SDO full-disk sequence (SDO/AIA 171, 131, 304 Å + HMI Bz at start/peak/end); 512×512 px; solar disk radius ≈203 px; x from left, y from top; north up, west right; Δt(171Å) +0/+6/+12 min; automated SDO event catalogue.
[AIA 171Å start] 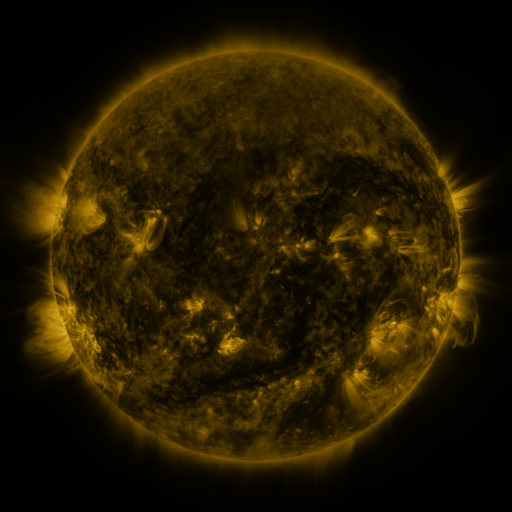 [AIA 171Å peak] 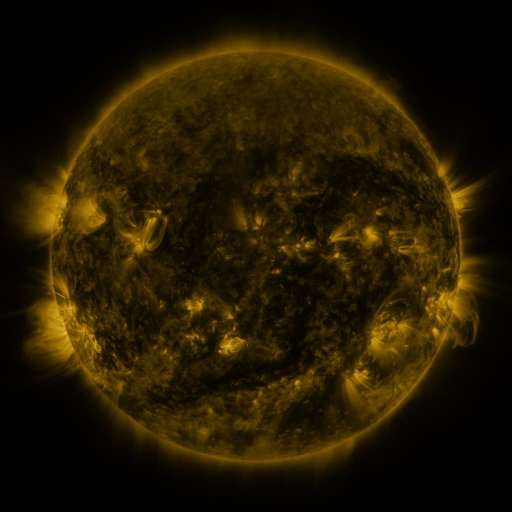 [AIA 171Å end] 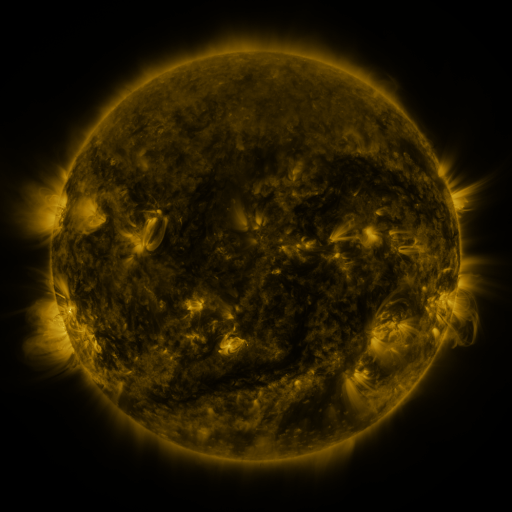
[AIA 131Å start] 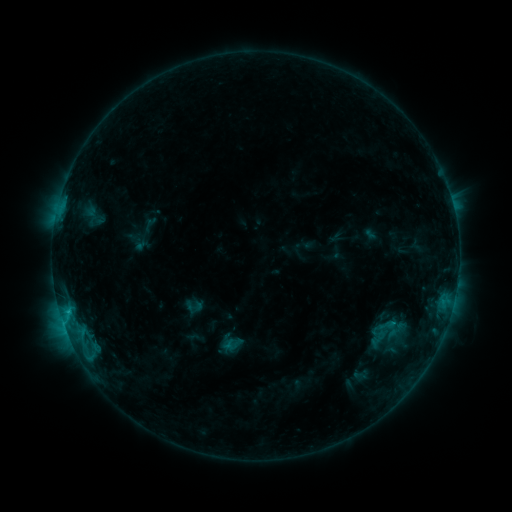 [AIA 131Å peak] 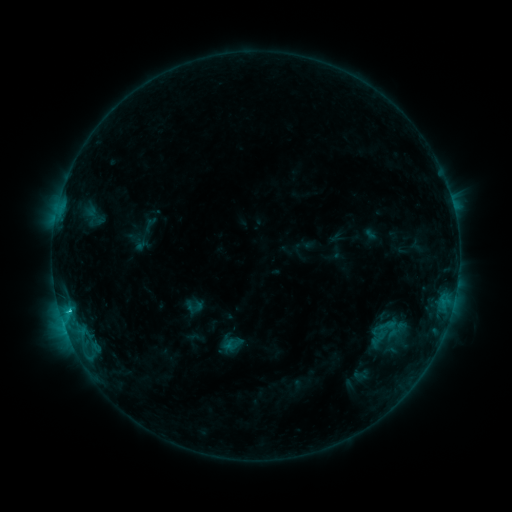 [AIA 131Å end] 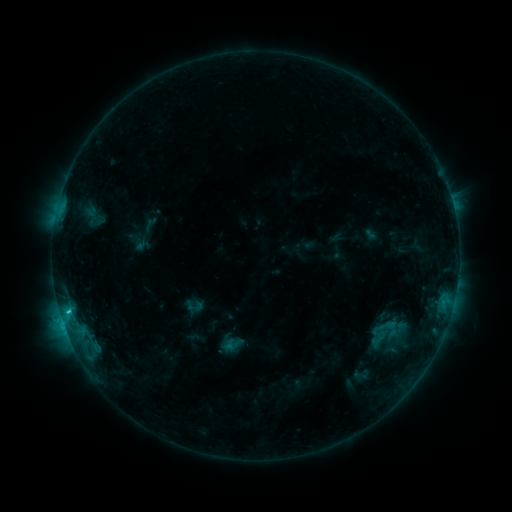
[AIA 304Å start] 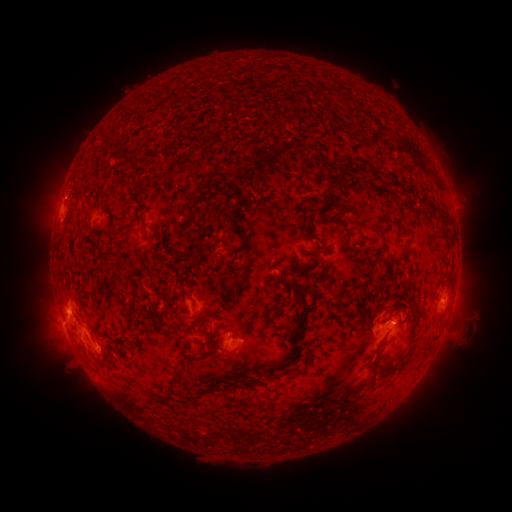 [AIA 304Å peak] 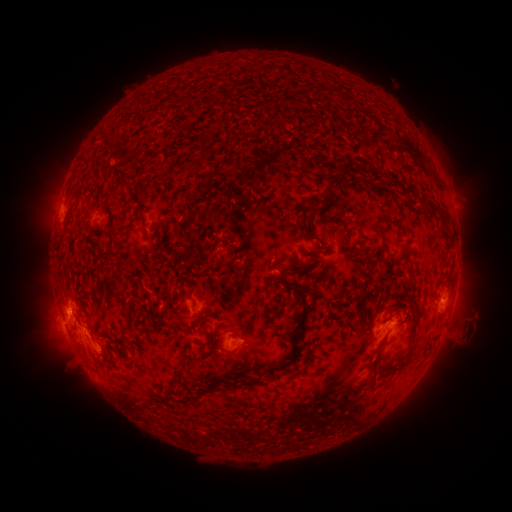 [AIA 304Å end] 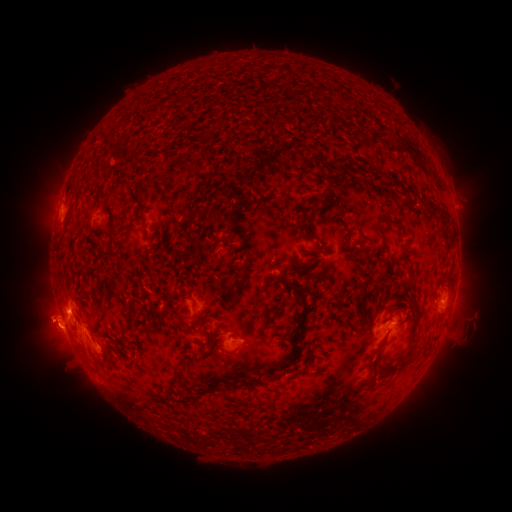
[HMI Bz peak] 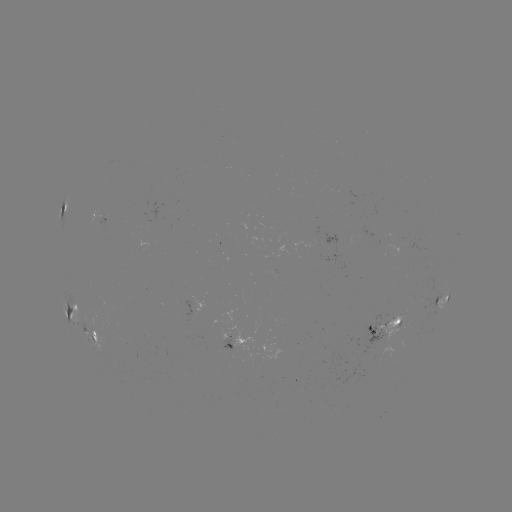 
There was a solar flare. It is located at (69, 309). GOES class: C2.1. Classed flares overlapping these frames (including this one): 1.